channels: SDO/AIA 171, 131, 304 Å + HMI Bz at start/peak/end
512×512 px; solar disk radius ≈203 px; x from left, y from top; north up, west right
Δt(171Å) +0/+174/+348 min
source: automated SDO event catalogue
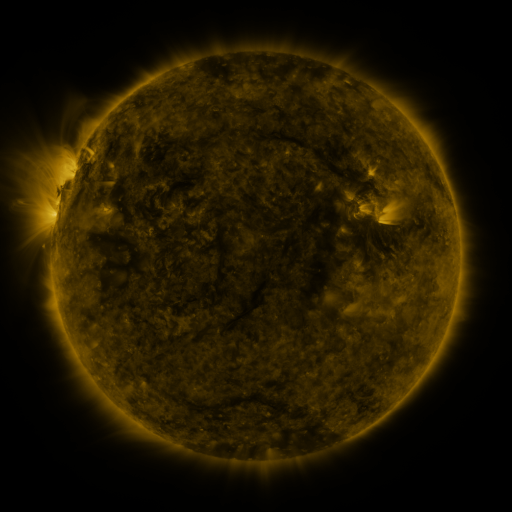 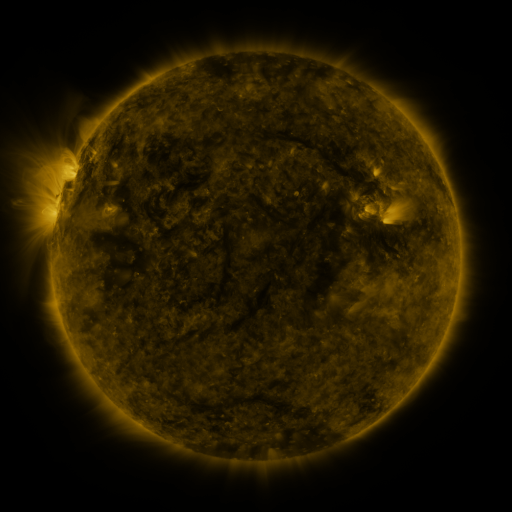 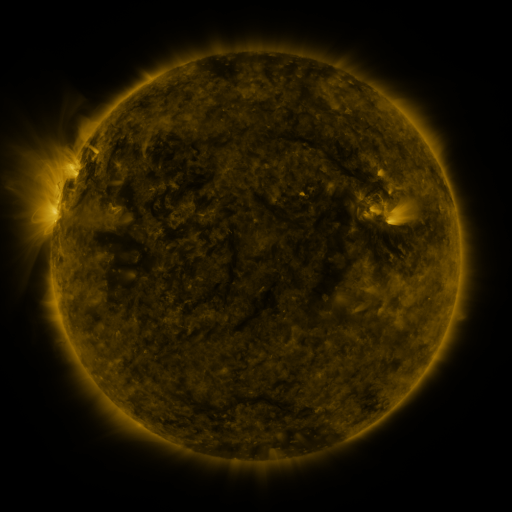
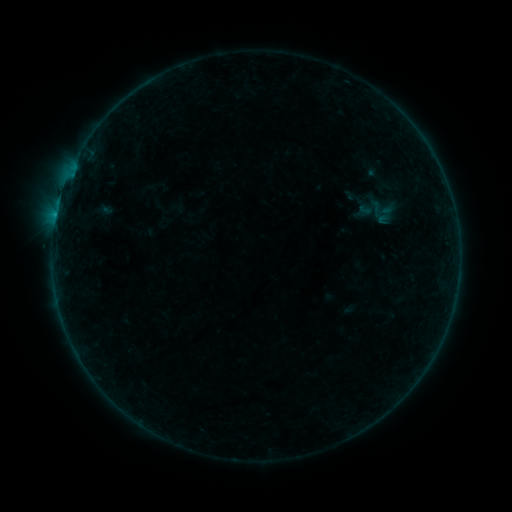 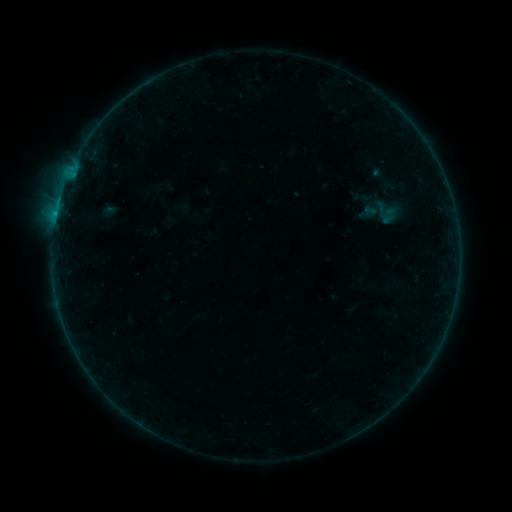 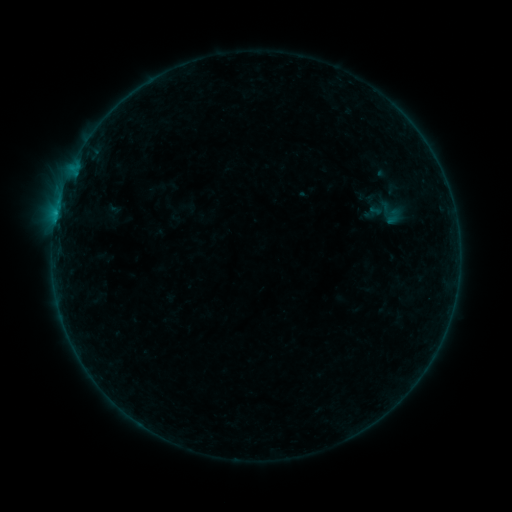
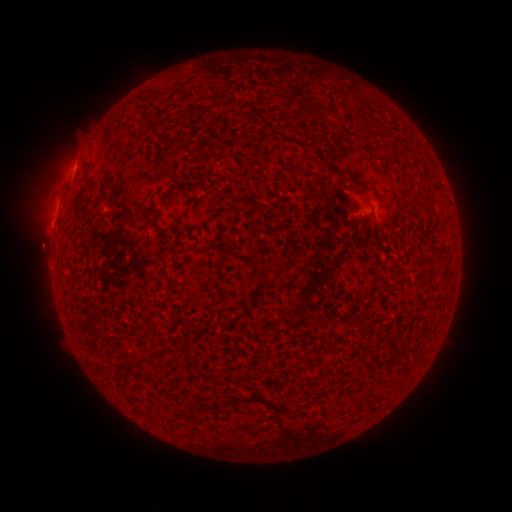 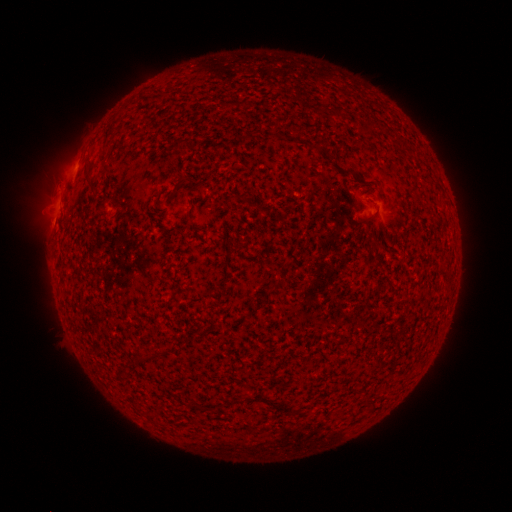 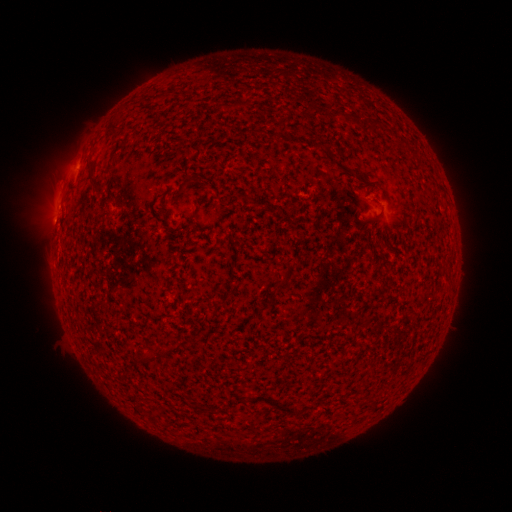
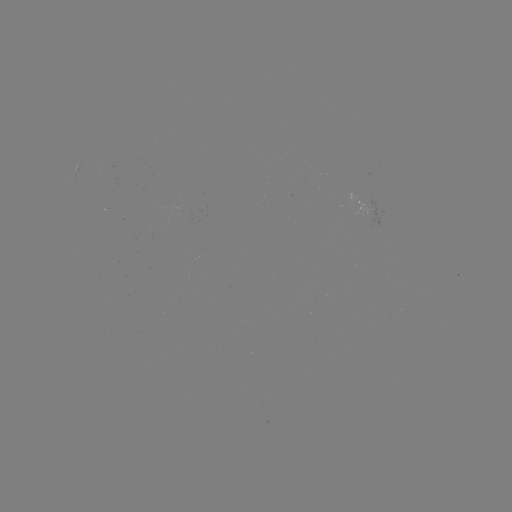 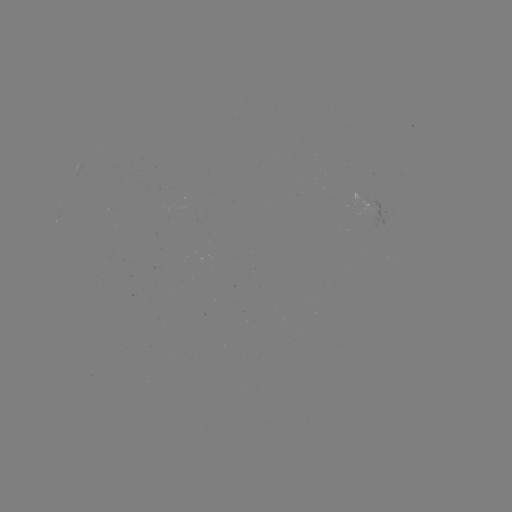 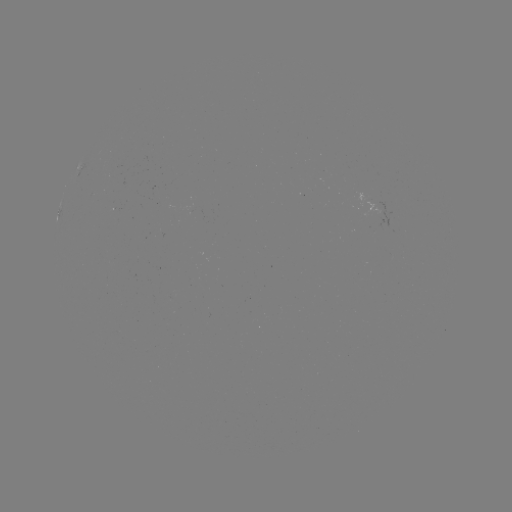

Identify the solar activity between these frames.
filament eruption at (57, 258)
